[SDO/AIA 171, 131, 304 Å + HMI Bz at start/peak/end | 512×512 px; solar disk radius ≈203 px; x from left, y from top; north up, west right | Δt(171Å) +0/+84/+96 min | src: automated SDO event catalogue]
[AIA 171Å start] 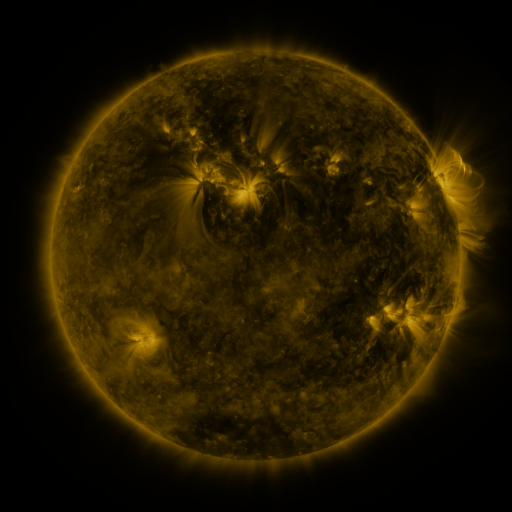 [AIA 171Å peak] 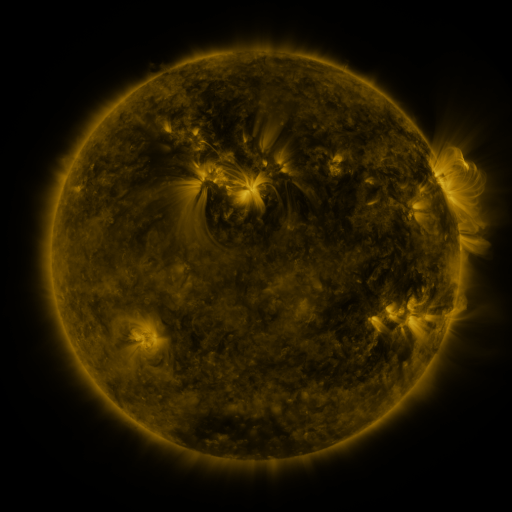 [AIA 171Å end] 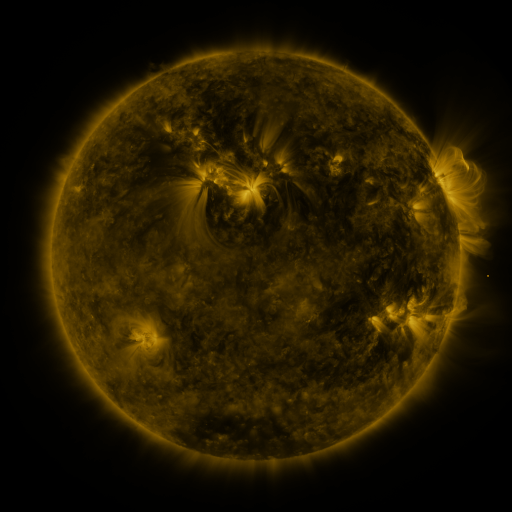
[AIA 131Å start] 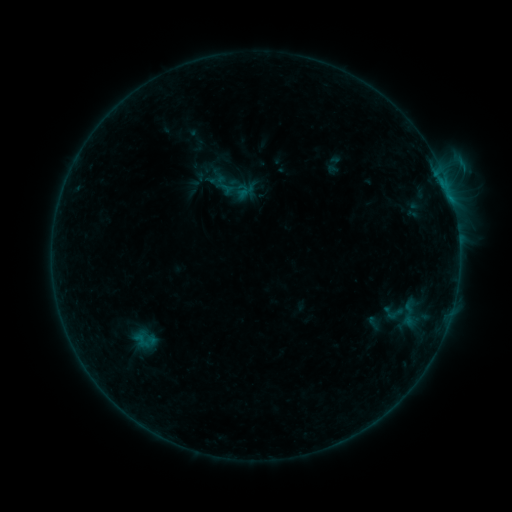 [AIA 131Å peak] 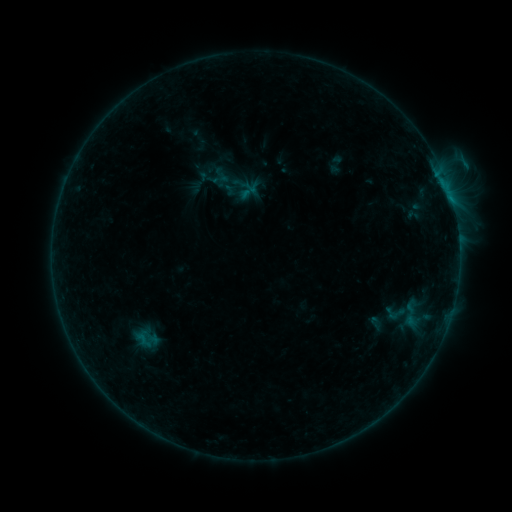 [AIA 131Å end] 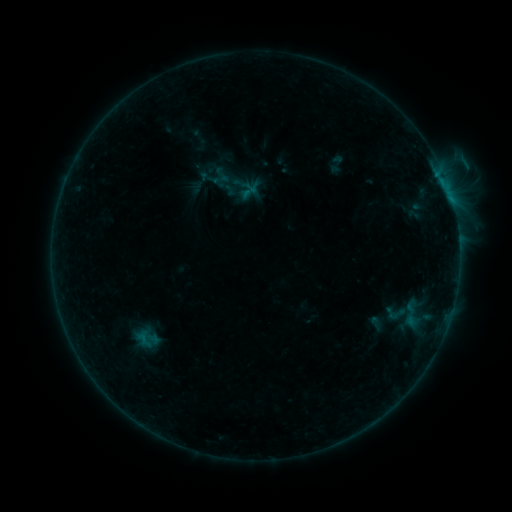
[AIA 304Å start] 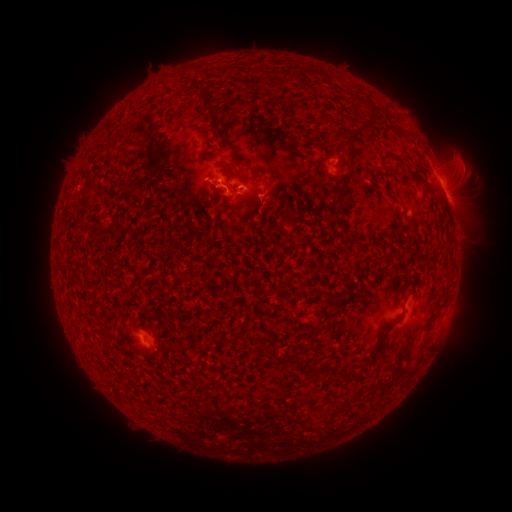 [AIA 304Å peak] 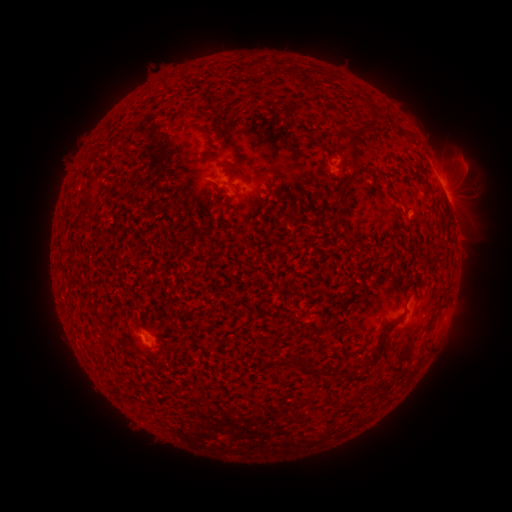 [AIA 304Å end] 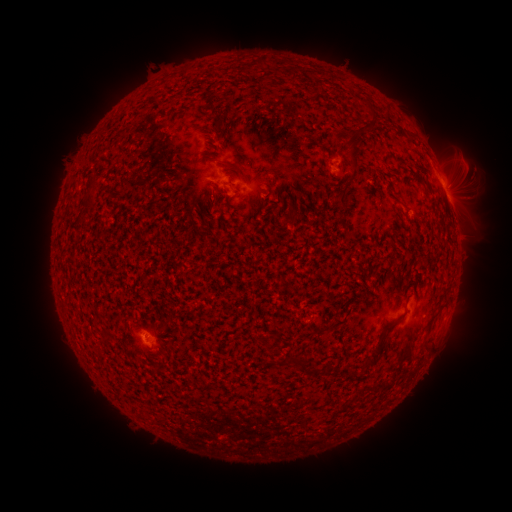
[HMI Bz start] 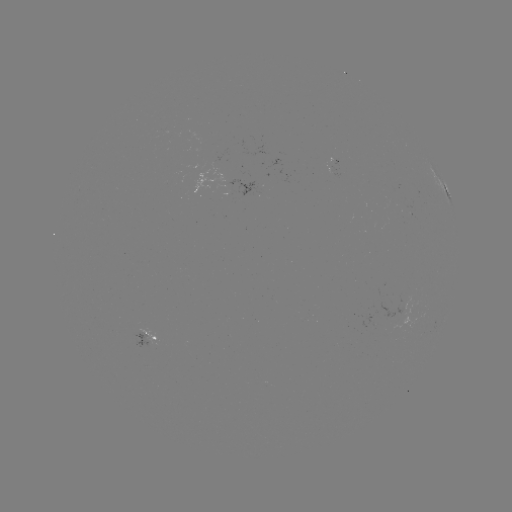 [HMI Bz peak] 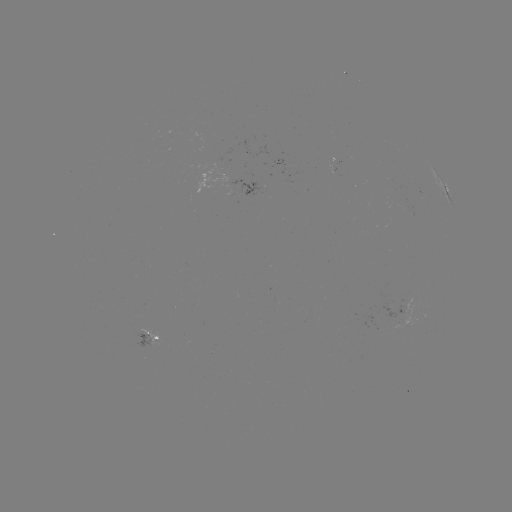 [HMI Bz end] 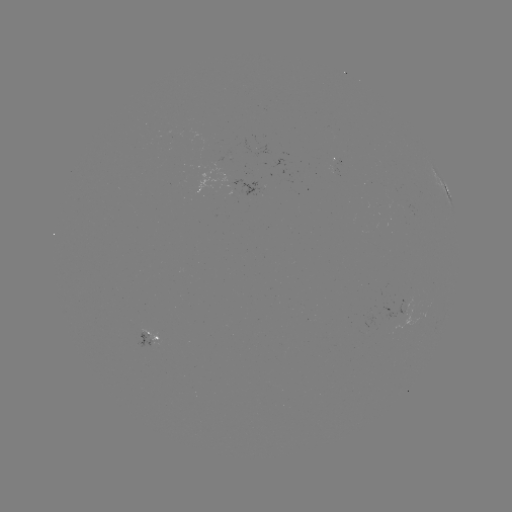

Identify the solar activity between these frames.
emerging-flux region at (237, 186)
